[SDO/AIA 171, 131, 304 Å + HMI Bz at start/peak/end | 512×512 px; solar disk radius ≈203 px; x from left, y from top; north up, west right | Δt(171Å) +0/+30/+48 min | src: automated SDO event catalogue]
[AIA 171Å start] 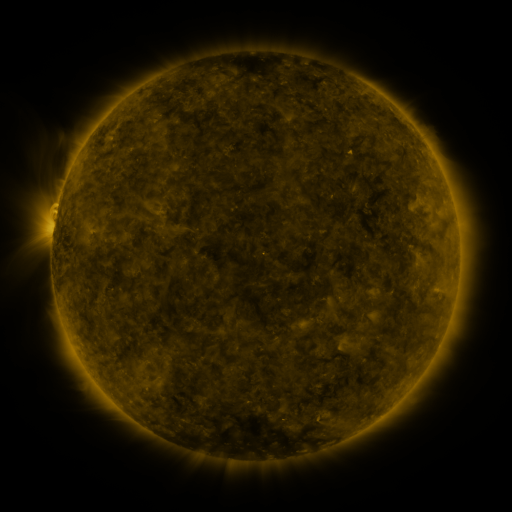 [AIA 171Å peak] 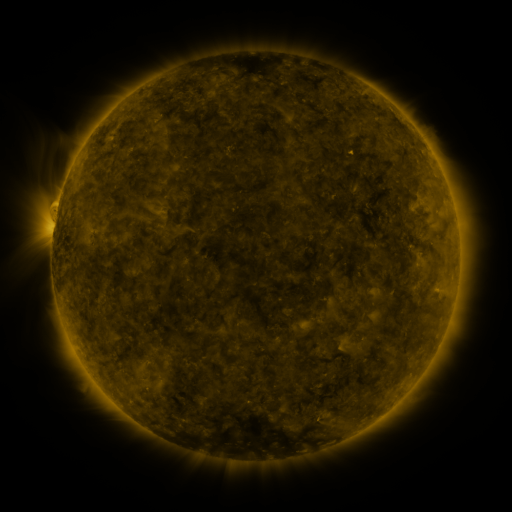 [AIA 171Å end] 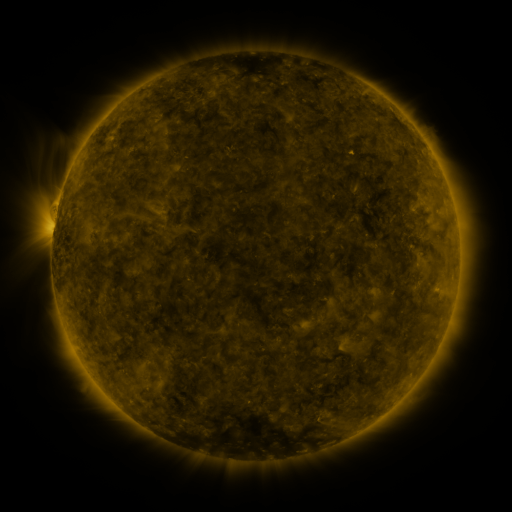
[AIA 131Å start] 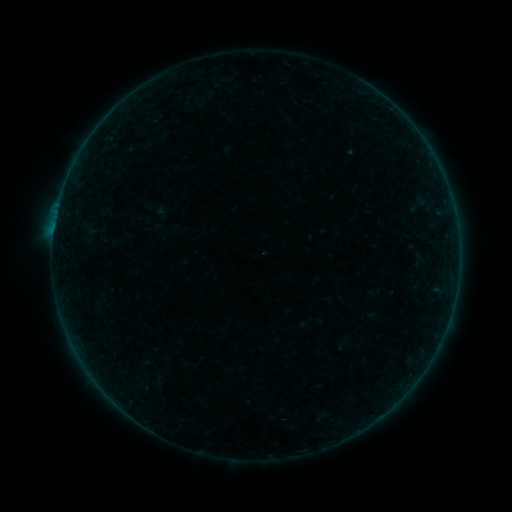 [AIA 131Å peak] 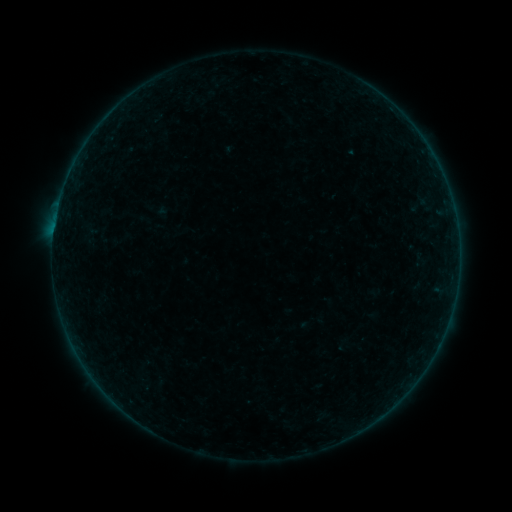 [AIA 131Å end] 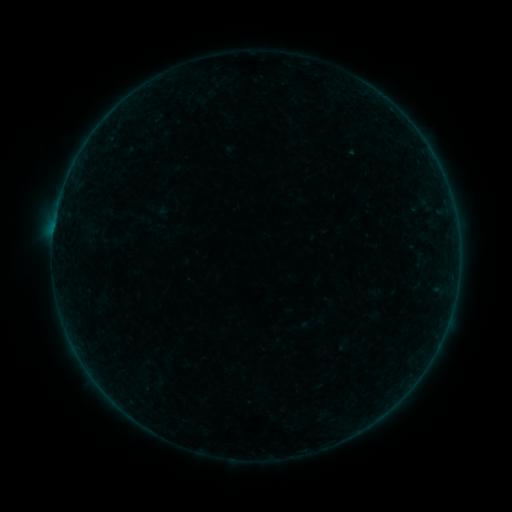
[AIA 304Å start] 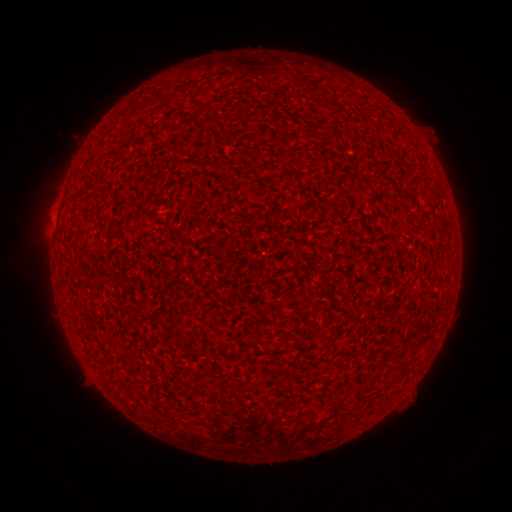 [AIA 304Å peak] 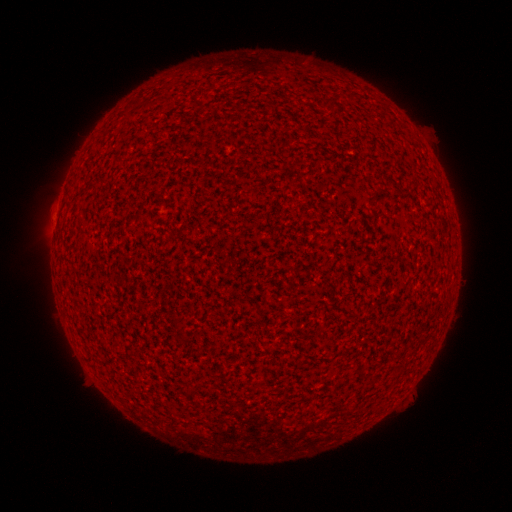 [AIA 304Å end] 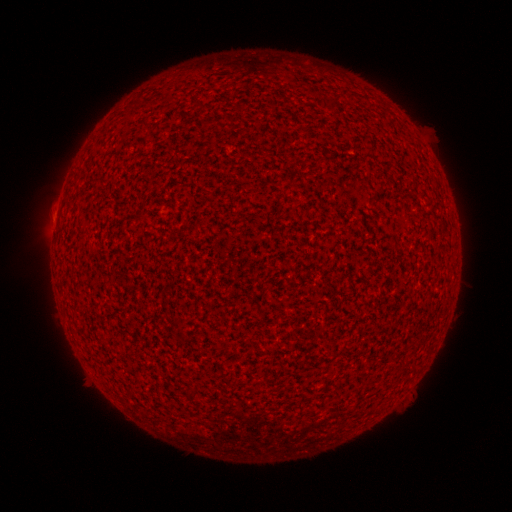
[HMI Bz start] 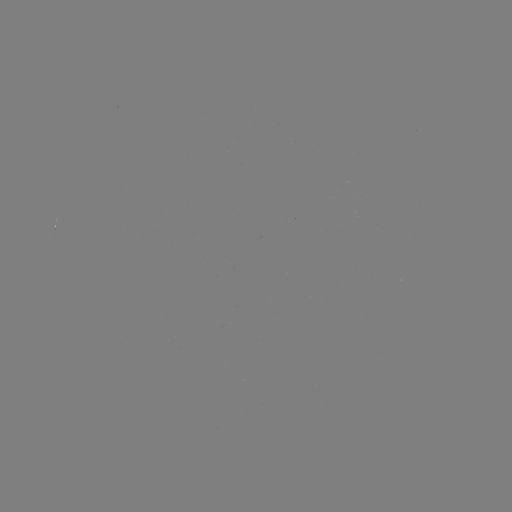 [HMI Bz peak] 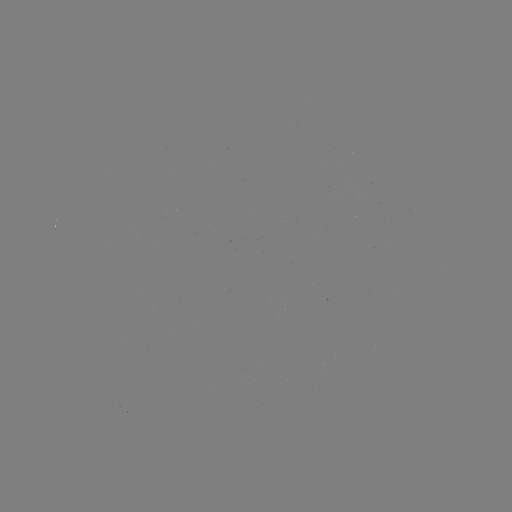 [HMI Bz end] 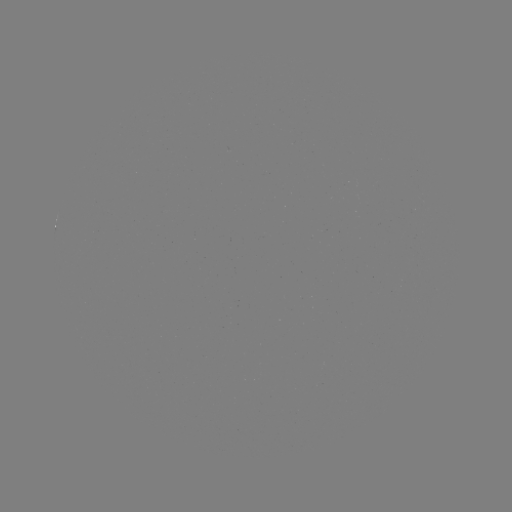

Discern B1.3 flare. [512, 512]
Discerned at (56, 216).